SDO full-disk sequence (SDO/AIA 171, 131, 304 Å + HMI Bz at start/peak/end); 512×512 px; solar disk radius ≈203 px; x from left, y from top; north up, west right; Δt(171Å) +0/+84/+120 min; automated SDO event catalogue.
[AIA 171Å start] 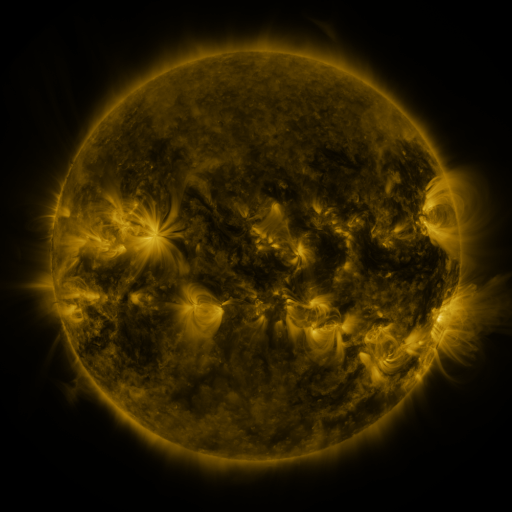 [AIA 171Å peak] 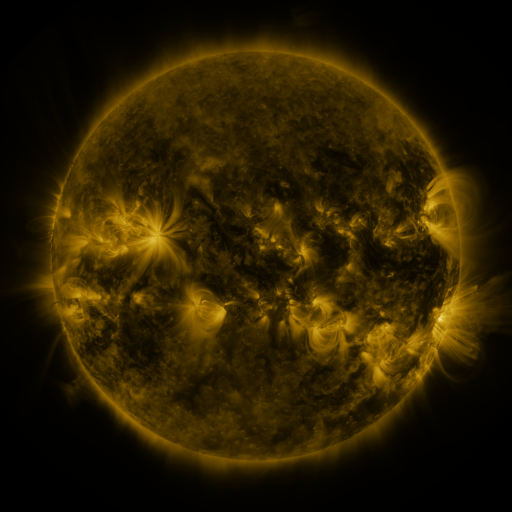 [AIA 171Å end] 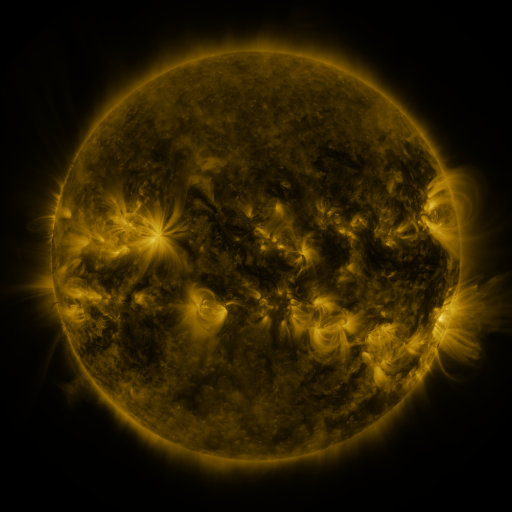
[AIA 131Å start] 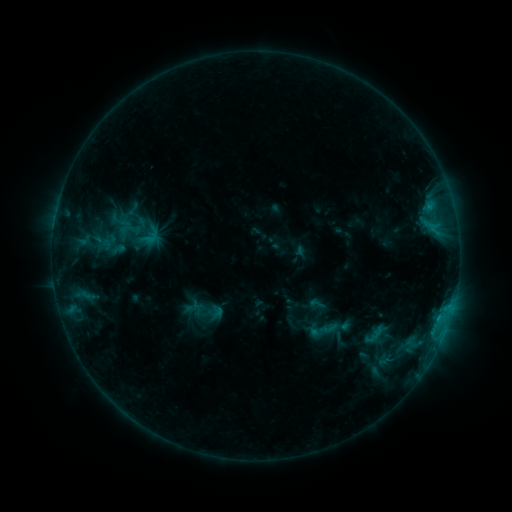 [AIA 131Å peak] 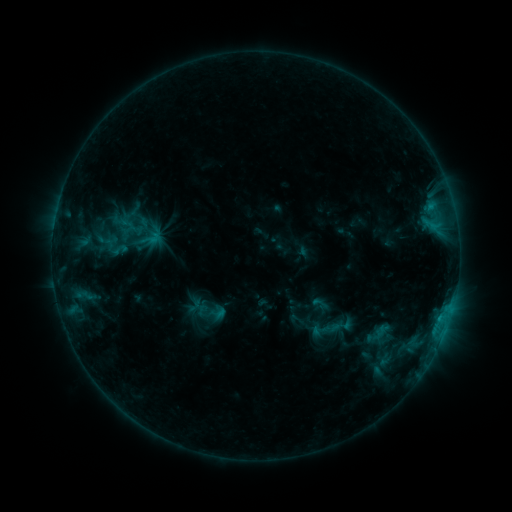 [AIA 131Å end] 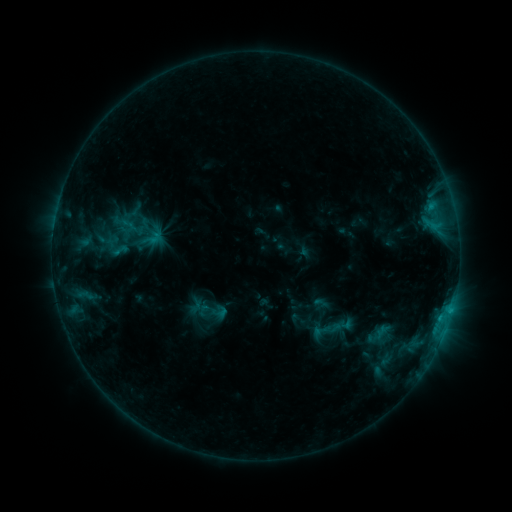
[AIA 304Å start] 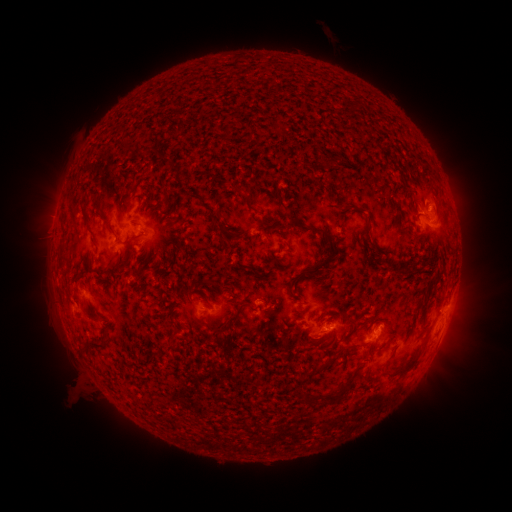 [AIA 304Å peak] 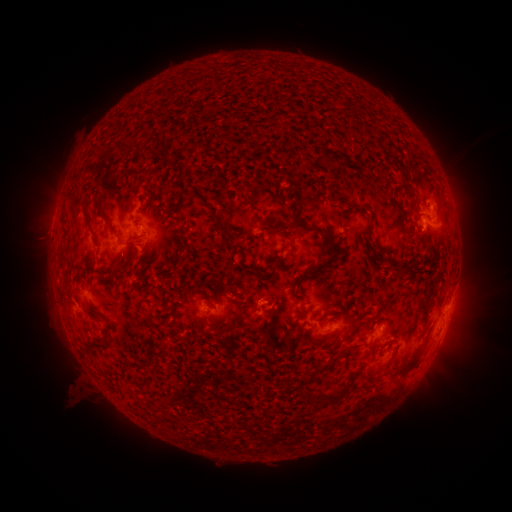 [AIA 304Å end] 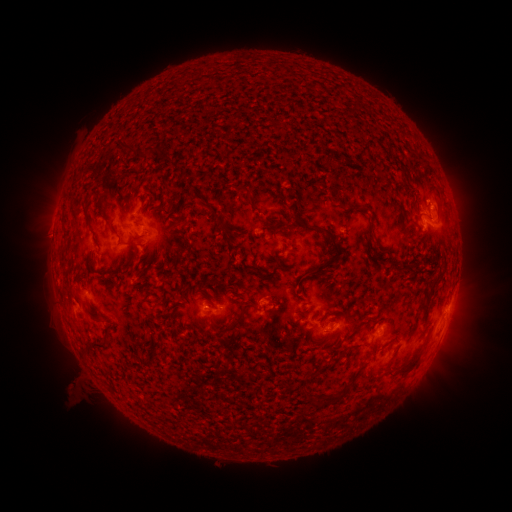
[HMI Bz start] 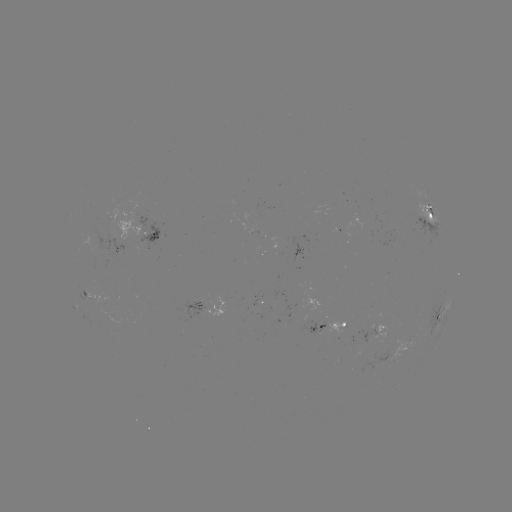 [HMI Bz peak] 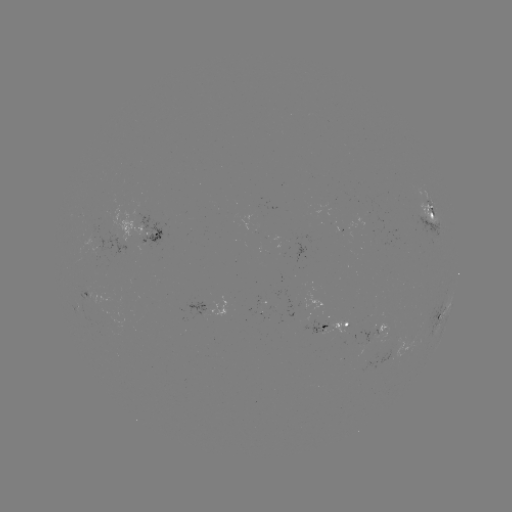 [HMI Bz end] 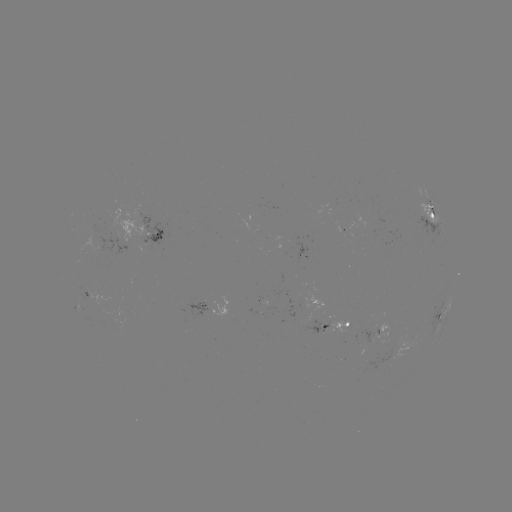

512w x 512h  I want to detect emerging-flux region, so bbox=[80, 284, 91, 302].